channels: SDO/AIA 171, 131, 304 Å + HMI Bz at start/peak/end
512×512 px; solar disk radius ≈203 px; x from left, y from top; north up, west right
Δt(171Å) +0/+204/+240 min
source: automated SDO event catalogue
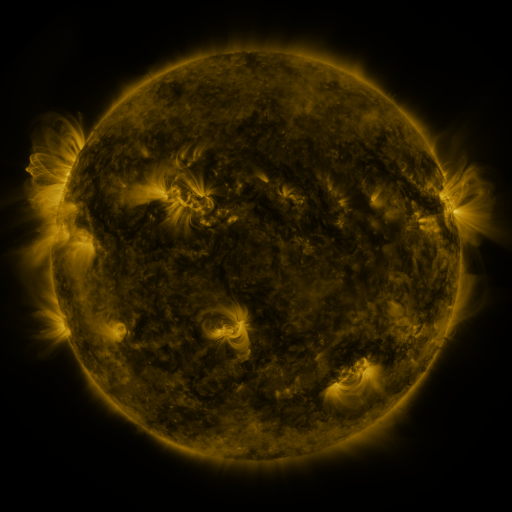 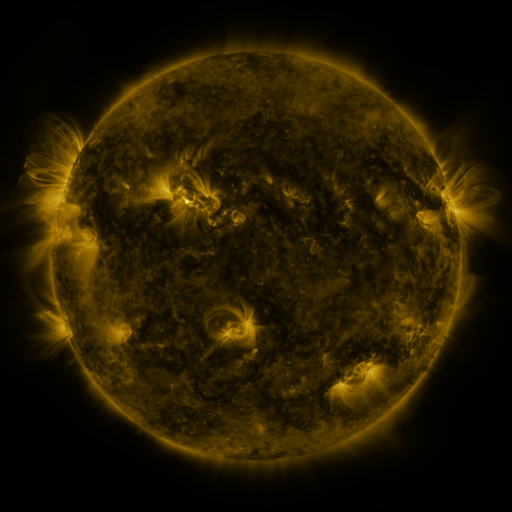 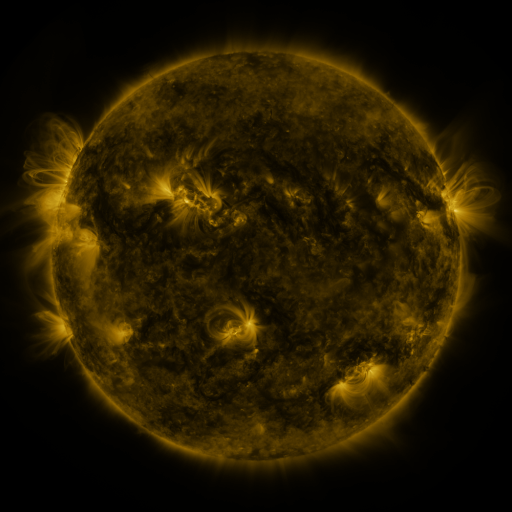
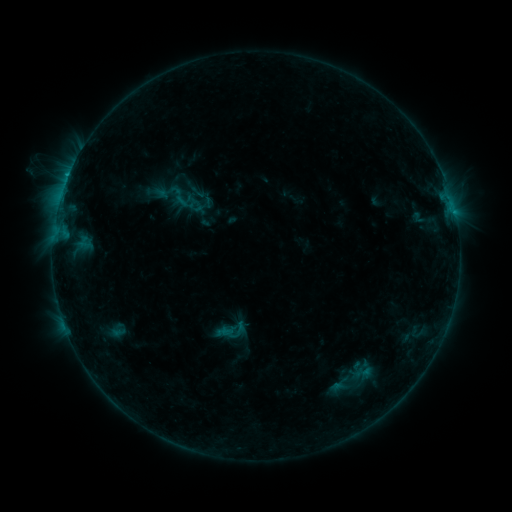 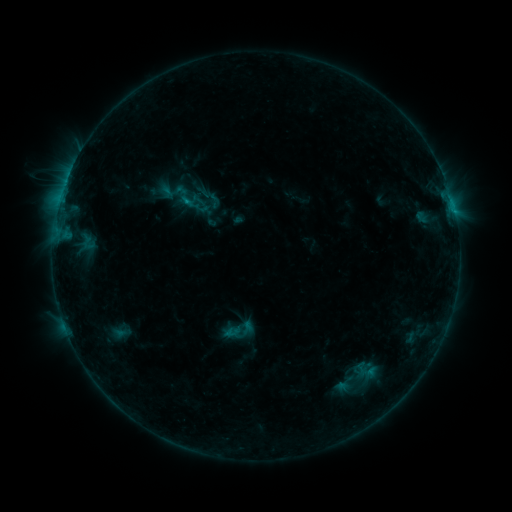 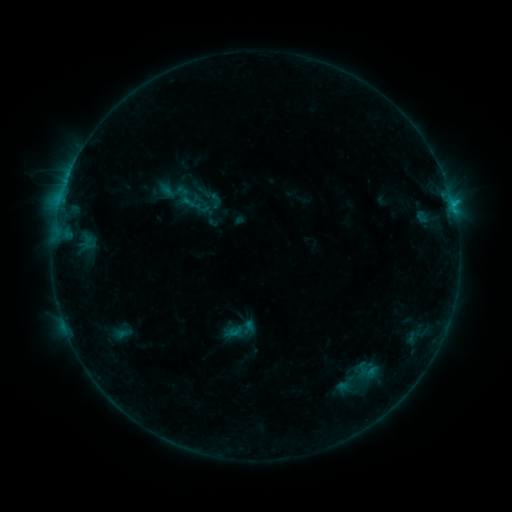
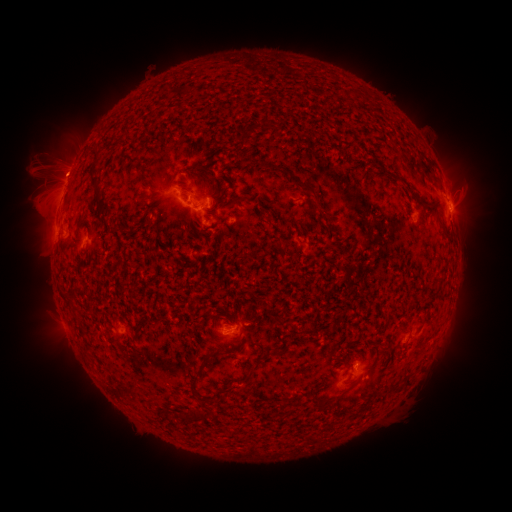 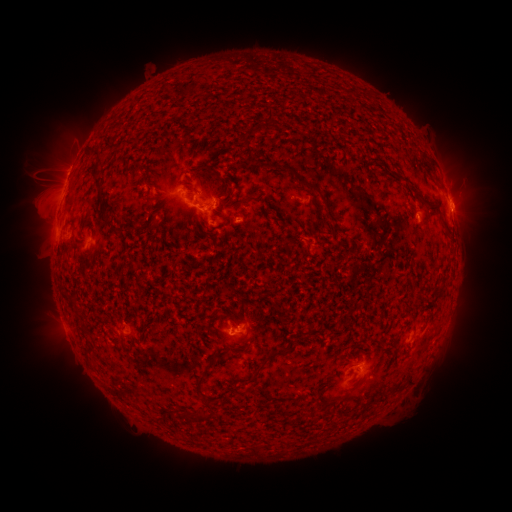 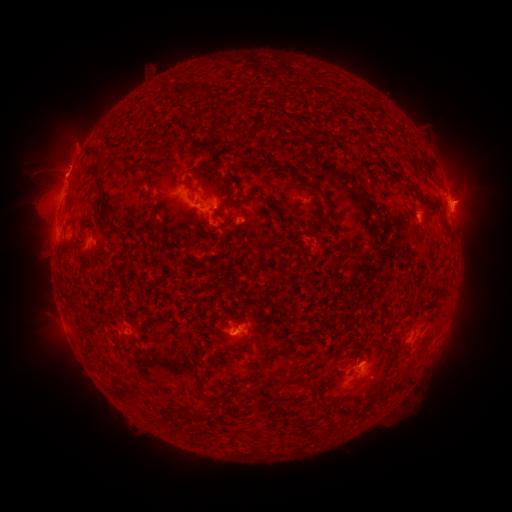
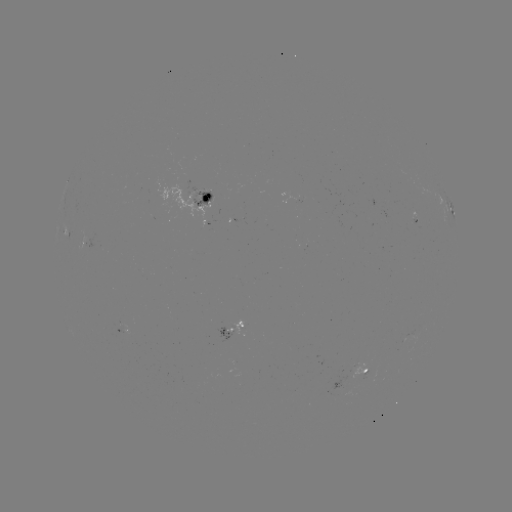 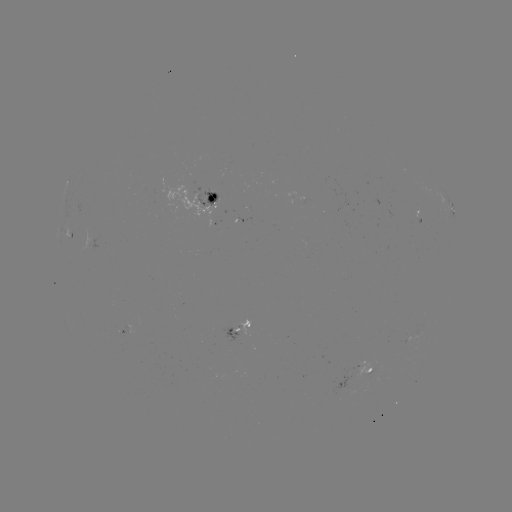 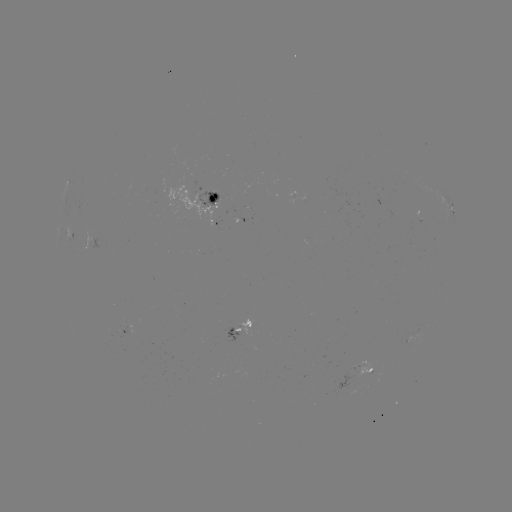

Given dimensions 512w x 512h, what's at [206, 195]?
emerging-flux region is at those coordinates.